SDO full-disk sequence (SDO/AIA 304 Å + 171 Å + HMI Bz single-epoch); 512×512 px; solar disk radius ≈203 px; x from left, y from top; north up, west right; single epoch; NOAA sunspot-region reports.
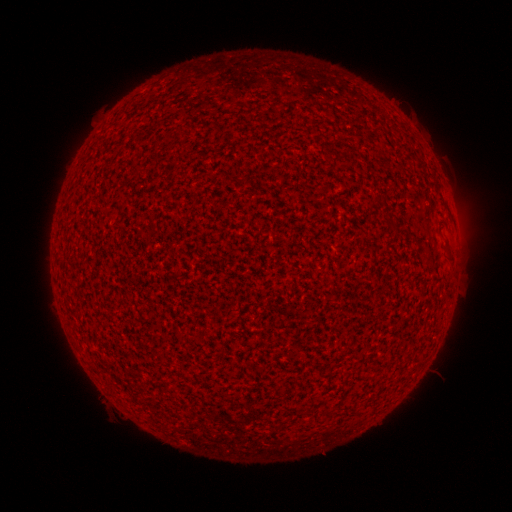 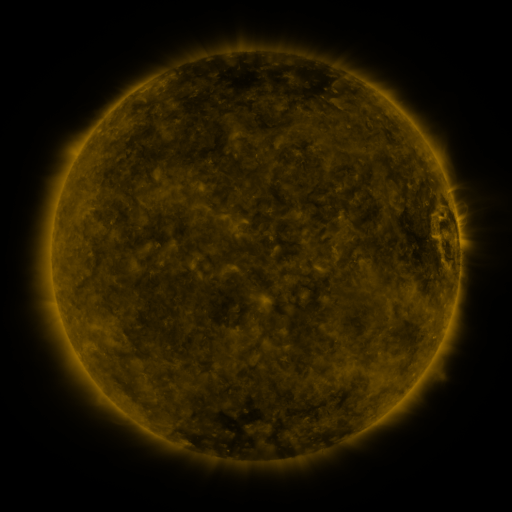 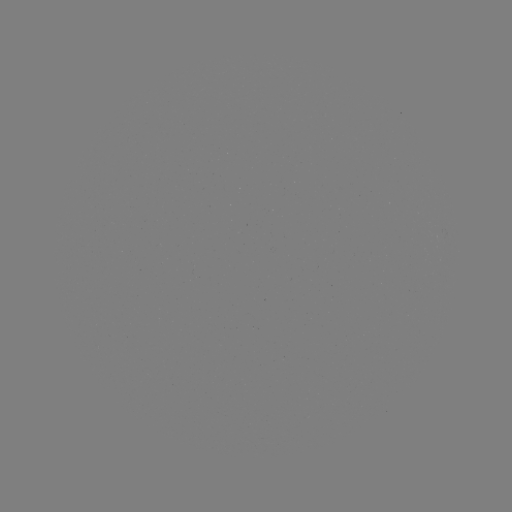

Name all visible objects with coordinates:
(none)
